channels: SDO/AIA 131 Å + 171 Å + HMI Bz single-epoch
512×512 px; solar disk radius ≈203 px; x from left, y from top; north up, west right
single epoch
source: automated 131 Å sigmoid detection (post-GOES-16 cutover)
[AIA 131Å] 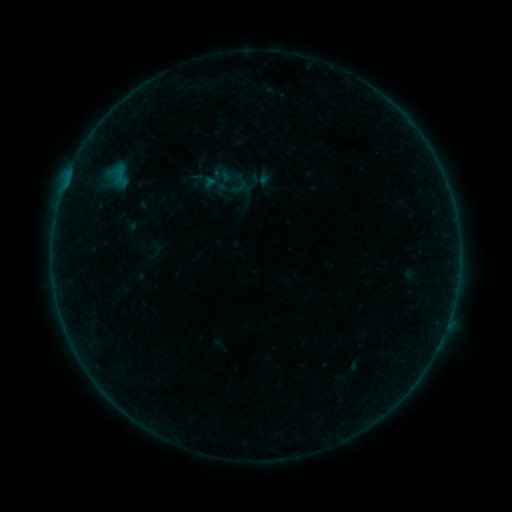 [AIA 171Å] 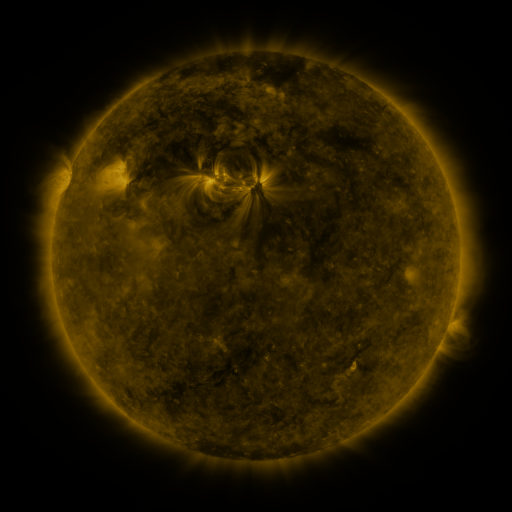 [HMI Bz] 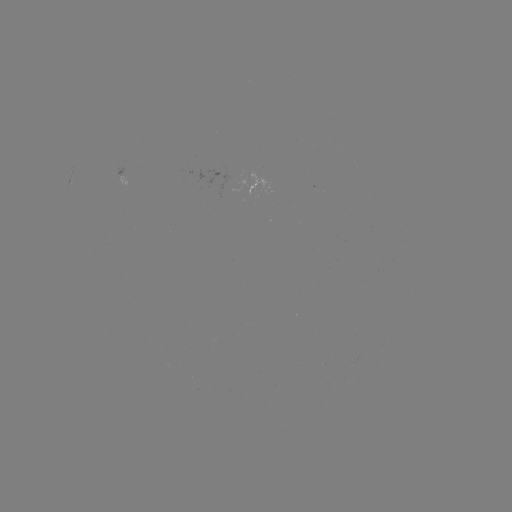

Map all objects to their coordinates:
sigmoid: [216, 164, 253, 201]
